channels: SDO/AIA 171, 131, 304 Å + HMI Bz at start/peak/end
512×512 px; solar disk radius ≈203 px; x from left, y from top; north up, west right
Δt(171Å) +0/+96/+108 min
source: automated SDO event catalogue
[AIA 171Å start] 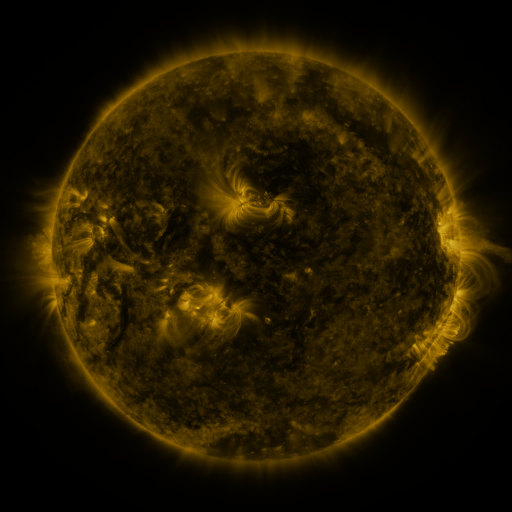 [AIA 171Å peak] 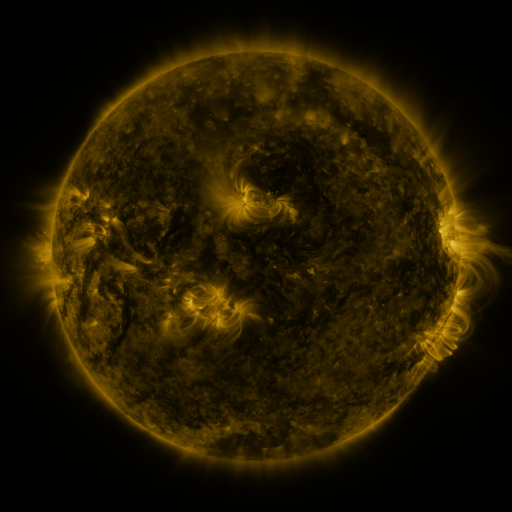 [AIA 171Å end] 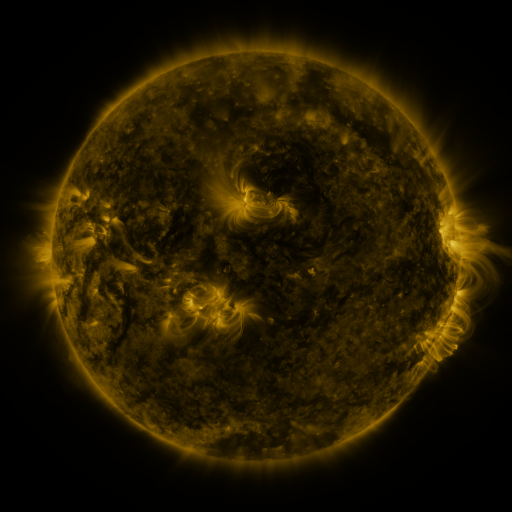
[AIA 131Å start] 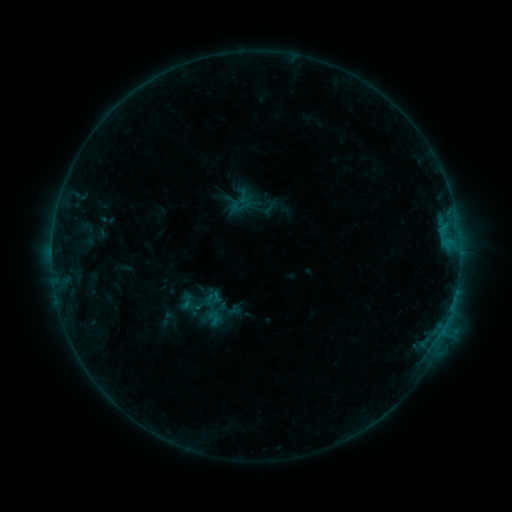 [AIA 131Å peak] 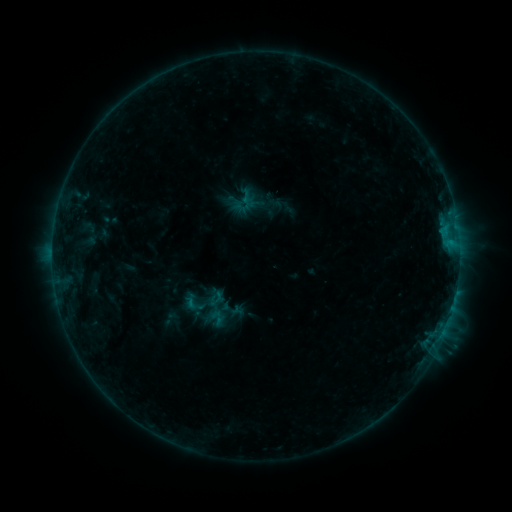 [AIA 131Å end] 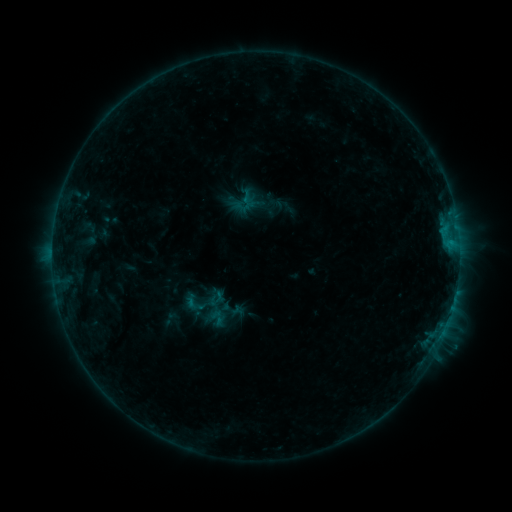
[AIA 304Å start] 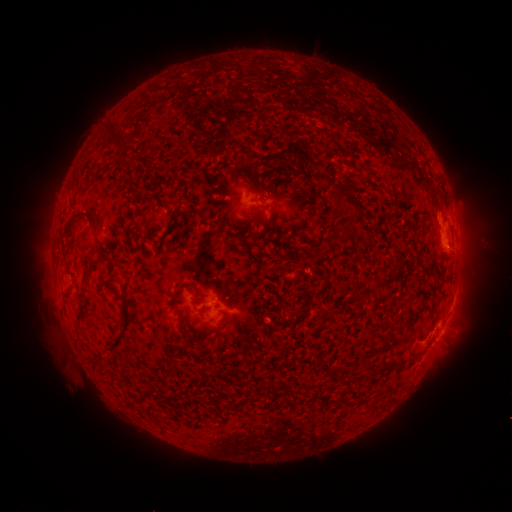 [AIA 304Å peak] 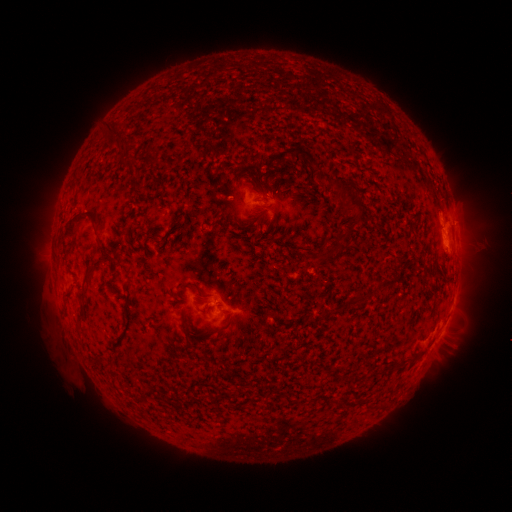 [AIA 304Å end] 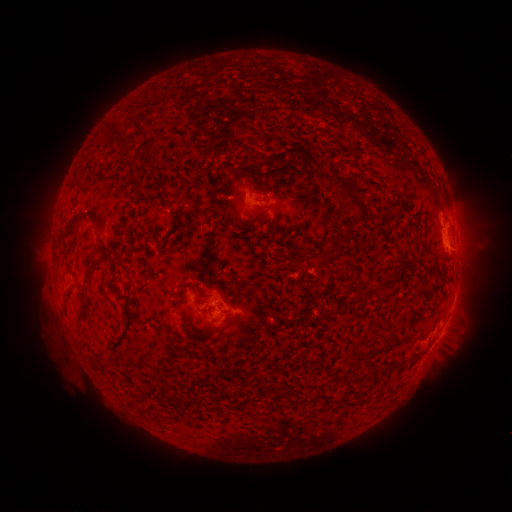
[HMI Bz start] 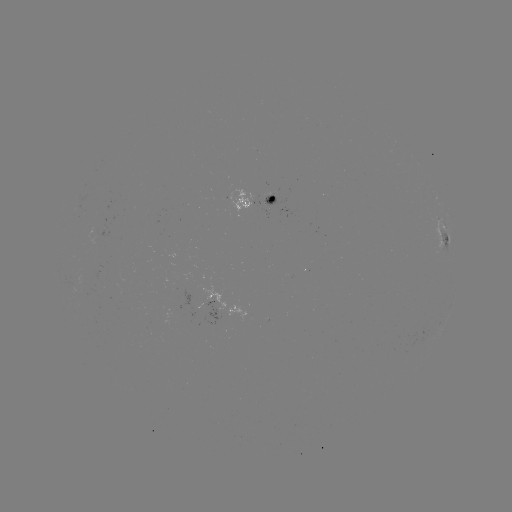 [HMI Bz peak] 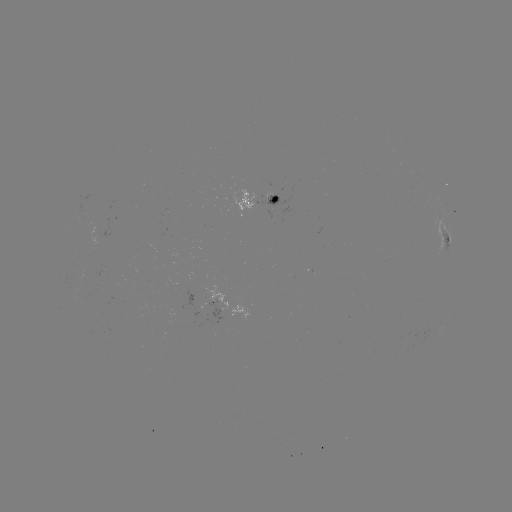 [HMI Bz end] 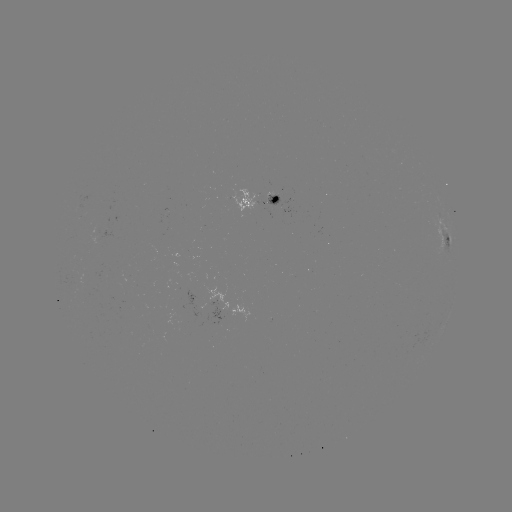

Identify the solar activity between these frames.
emerging-flux region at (267, 199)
